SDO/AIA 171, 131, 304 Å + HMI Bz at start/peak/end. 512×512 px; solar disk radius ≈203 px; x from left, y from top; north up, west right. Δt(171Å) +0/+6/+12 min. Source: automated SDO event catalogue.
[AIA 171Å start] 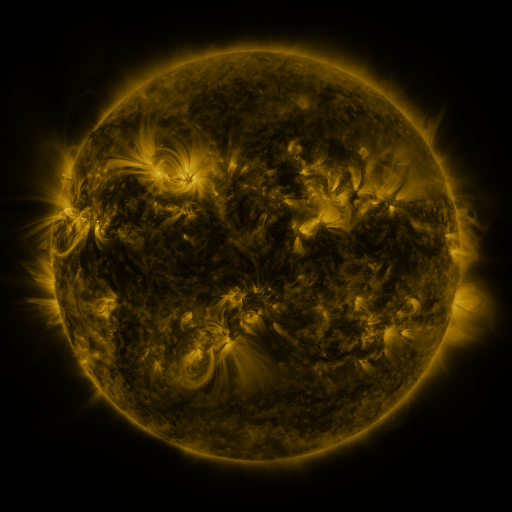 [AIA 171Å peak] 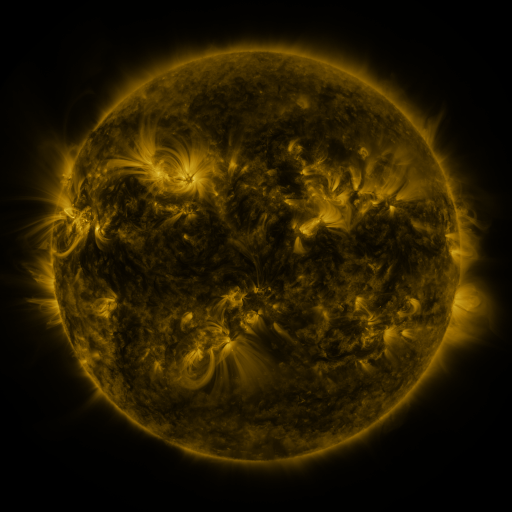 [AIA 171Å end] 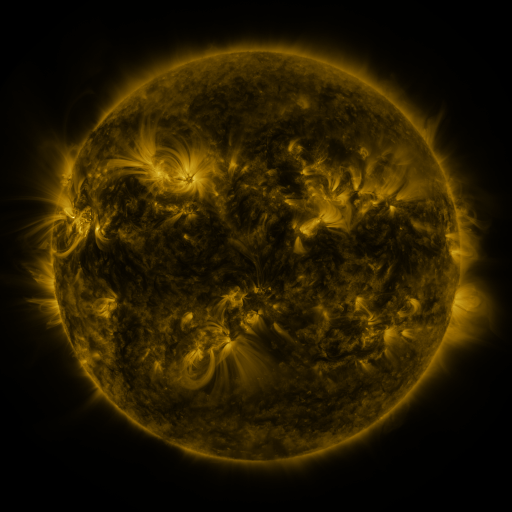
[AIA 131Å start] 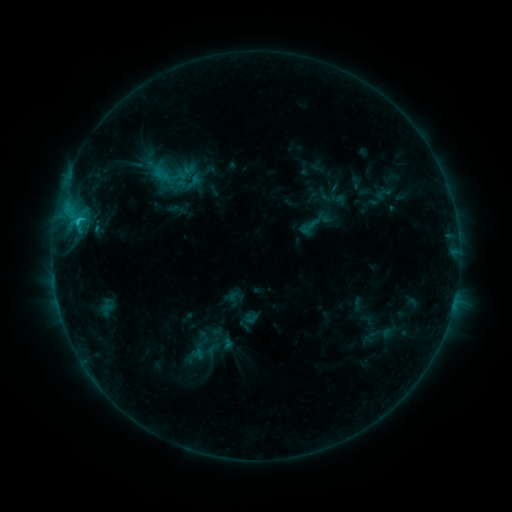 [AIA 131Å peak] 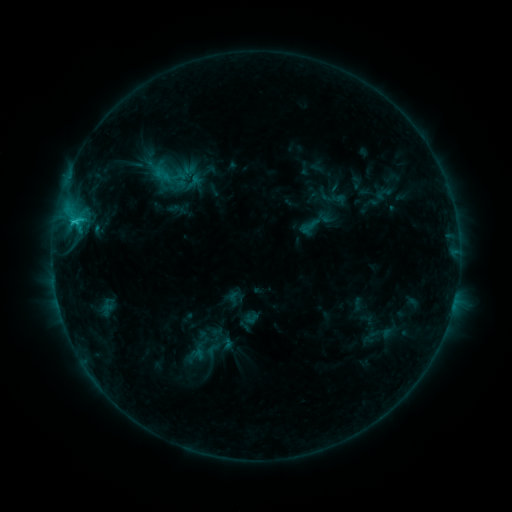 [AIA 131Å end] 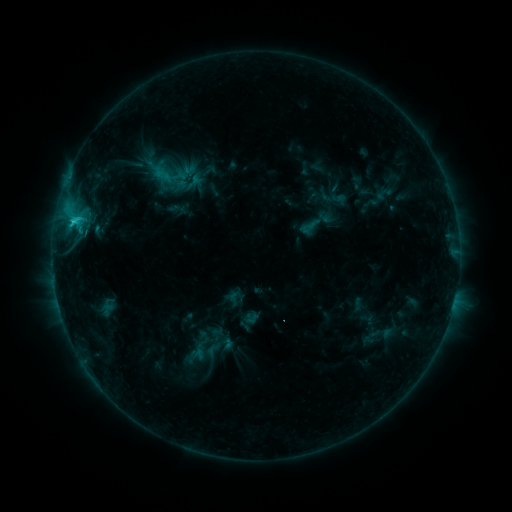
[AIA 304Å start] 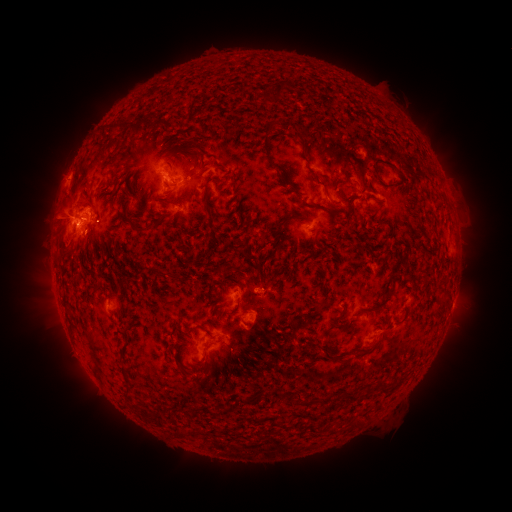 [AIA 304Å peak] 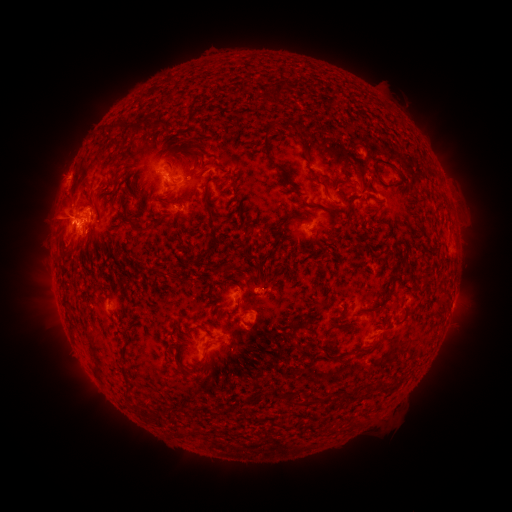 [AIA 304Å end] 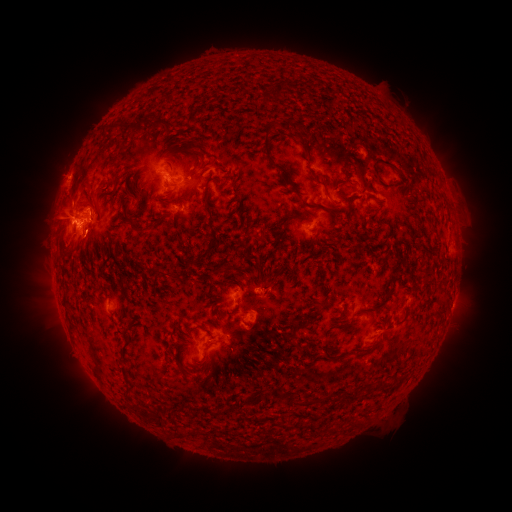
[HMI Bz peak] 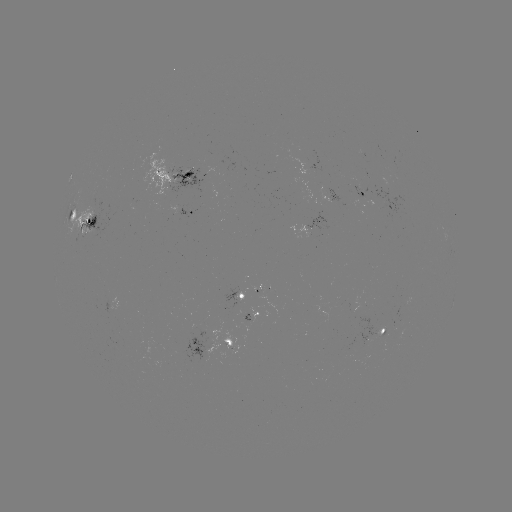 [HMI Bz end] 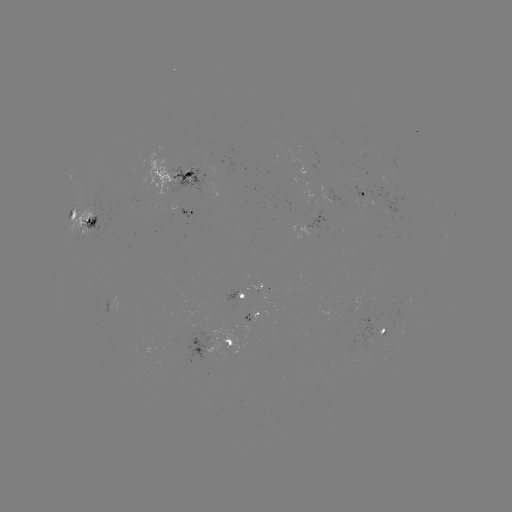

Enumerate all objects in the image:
C2.2 flare: (74, 224)
